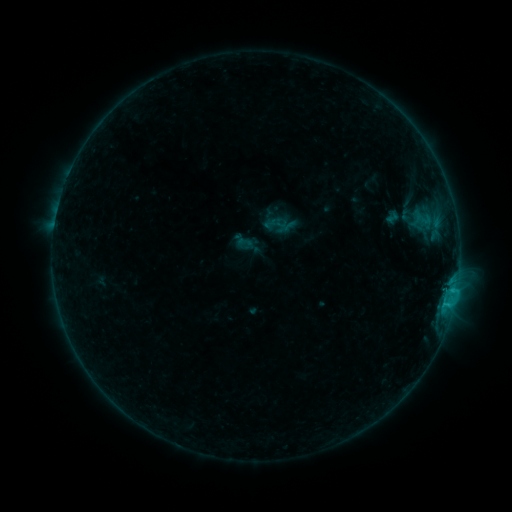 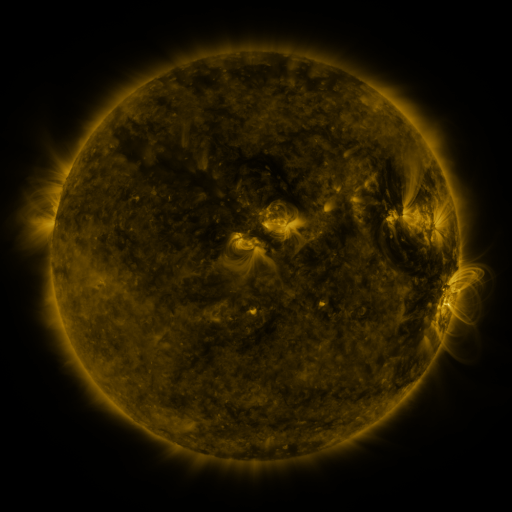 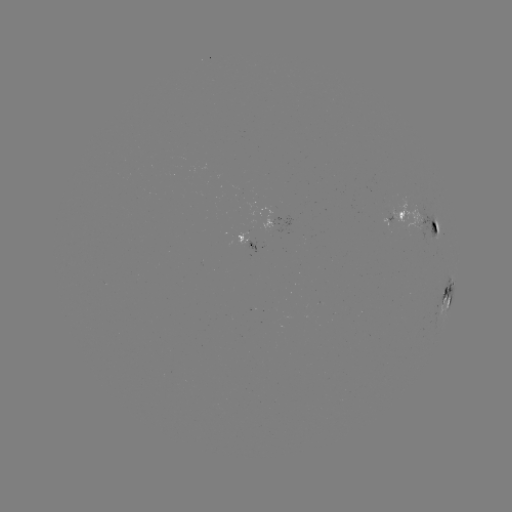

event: sigmoid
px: (244, 243)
